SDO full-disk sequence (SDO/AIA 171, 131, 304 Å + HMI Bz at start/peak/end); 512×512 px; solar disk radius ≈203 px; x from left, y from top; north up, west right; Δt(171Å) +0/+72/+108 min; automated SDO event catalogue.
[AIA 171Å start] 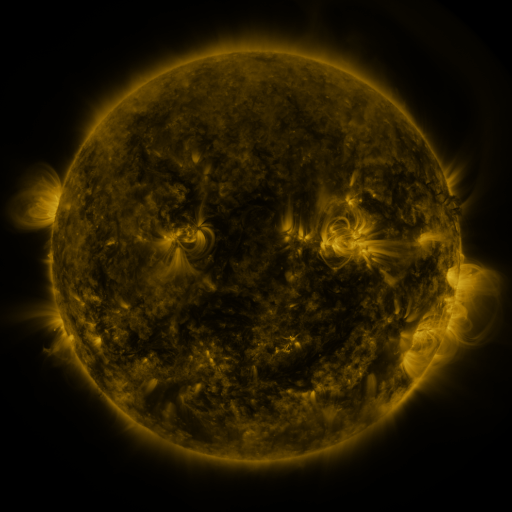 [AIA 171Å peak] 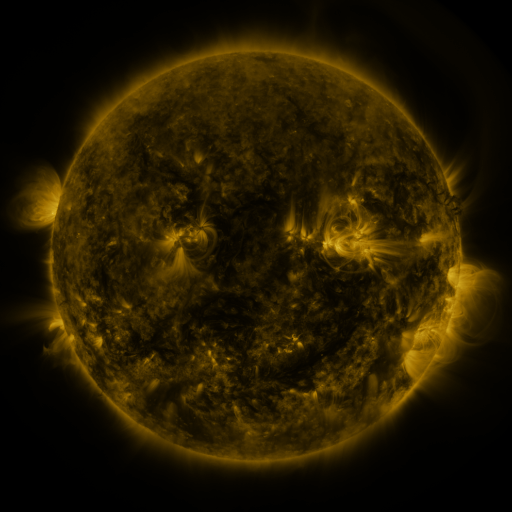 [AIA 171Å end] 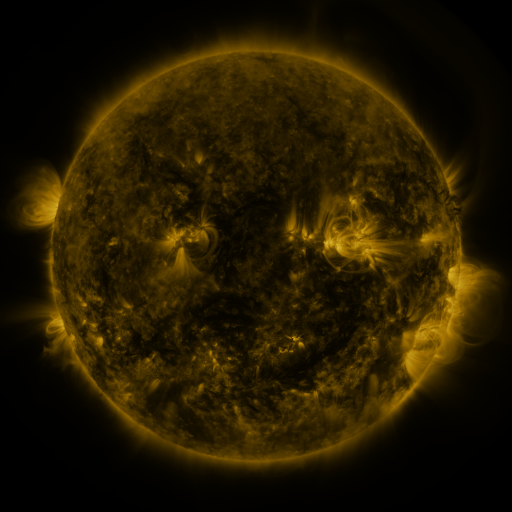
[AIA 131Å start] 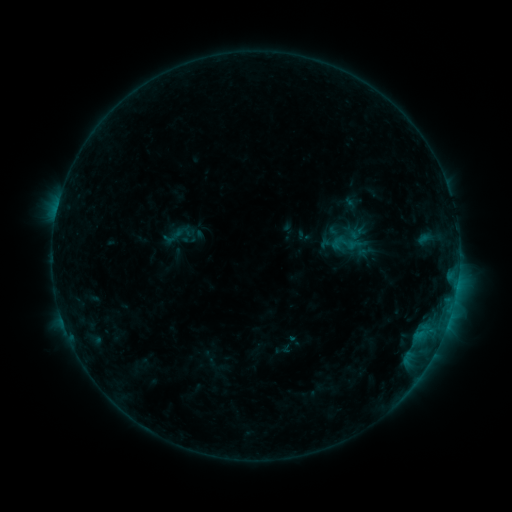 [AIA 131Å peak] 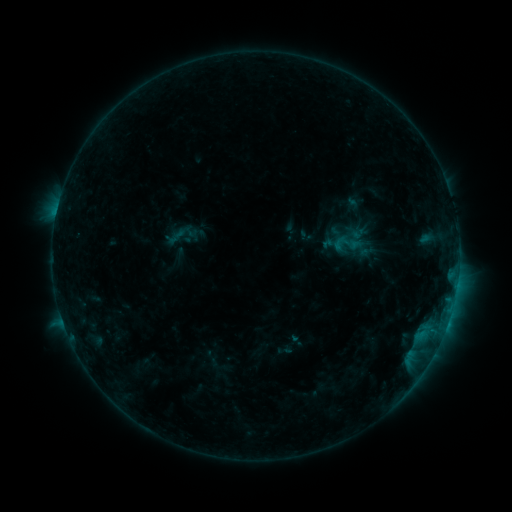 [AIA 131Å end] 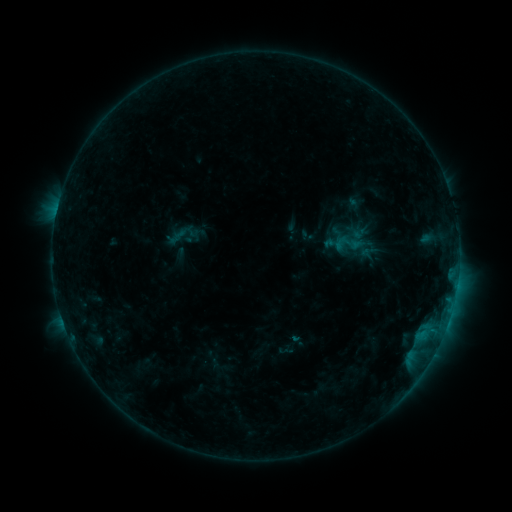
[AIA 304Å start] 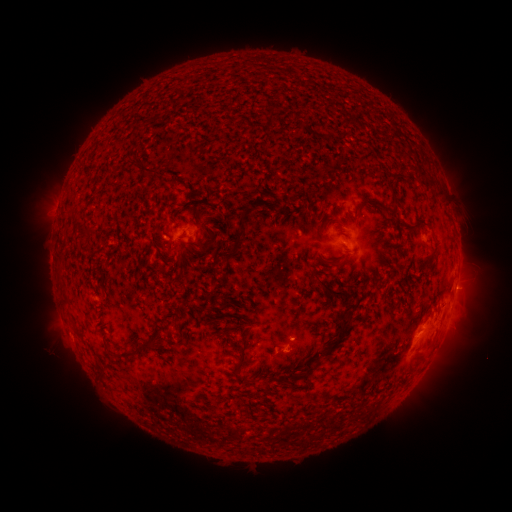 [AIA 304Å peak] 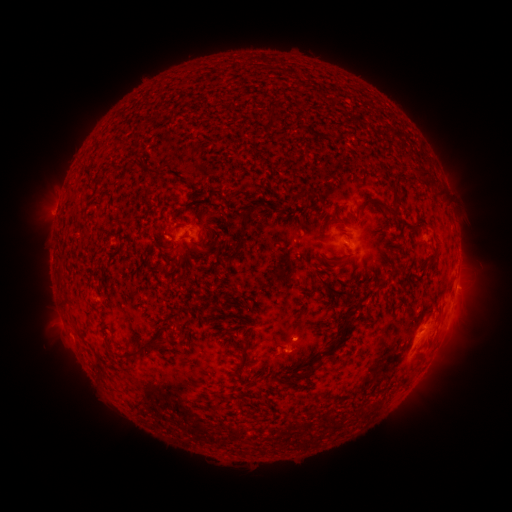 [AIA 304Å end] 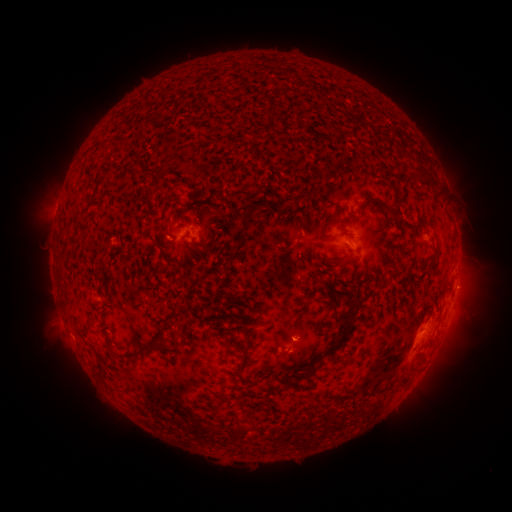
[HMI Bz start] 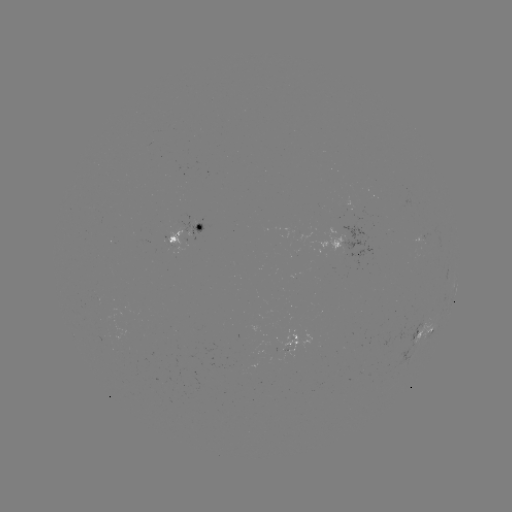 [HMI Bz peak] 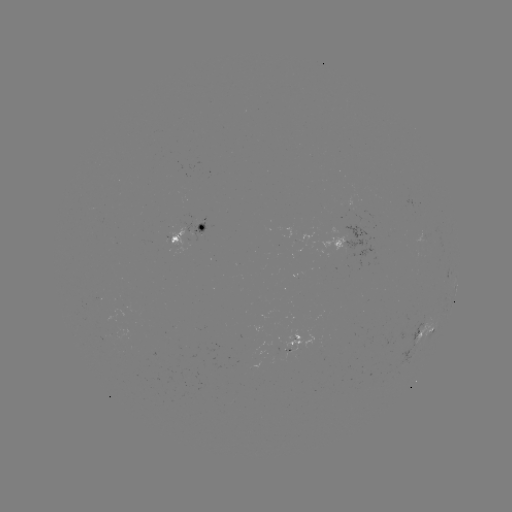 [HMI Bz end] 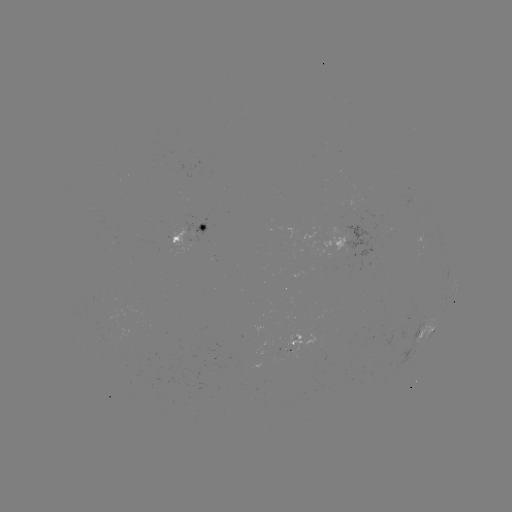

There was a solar emerging-flux region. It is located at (95, 209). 